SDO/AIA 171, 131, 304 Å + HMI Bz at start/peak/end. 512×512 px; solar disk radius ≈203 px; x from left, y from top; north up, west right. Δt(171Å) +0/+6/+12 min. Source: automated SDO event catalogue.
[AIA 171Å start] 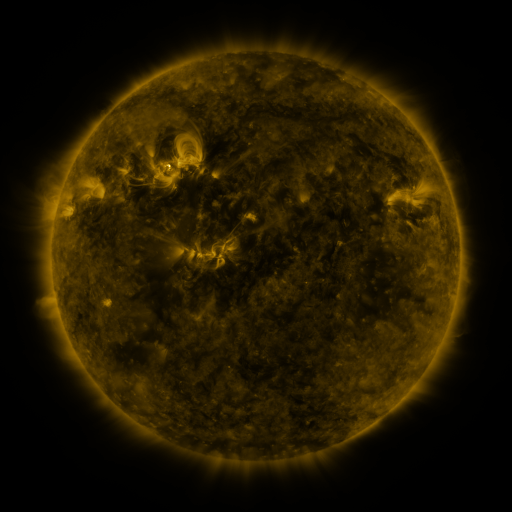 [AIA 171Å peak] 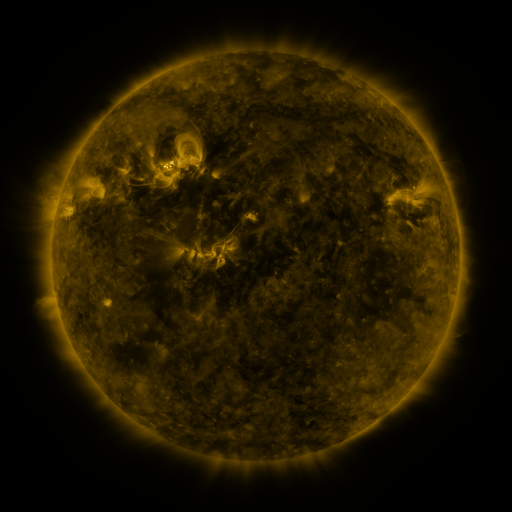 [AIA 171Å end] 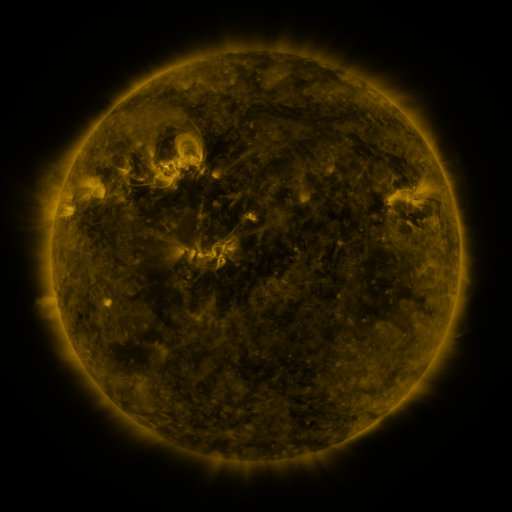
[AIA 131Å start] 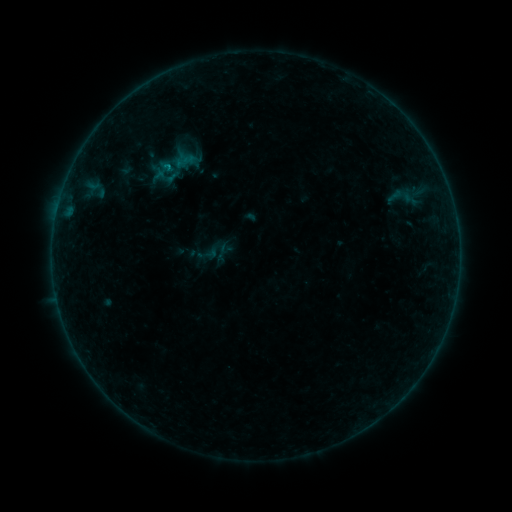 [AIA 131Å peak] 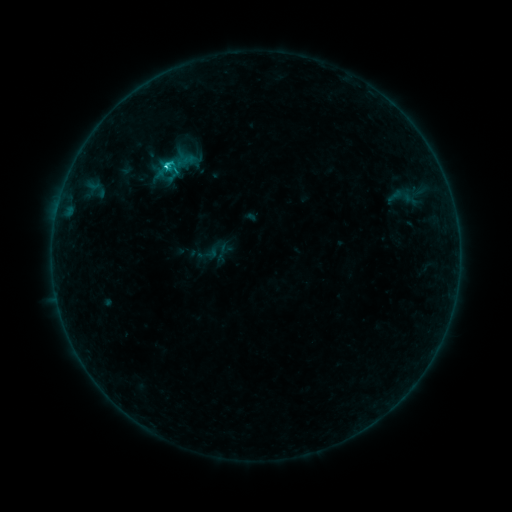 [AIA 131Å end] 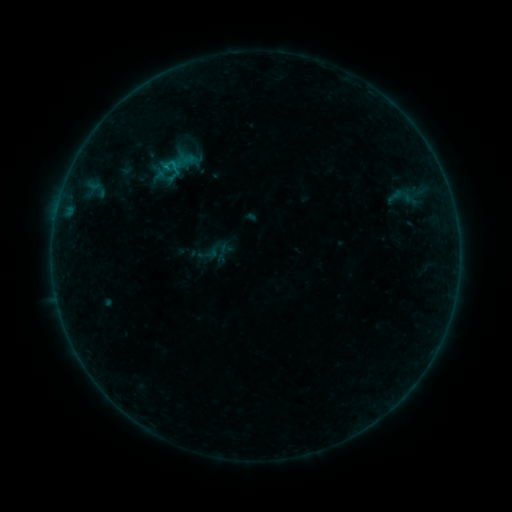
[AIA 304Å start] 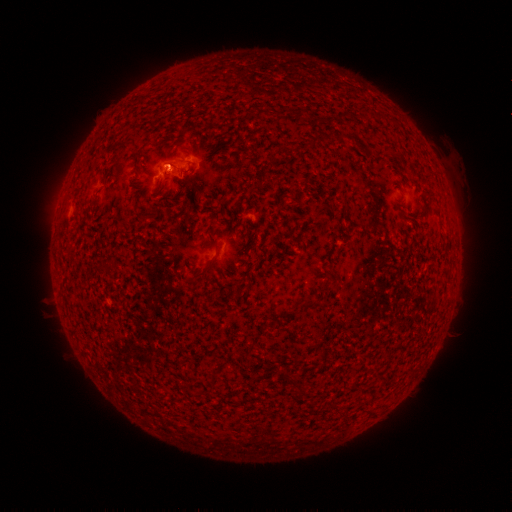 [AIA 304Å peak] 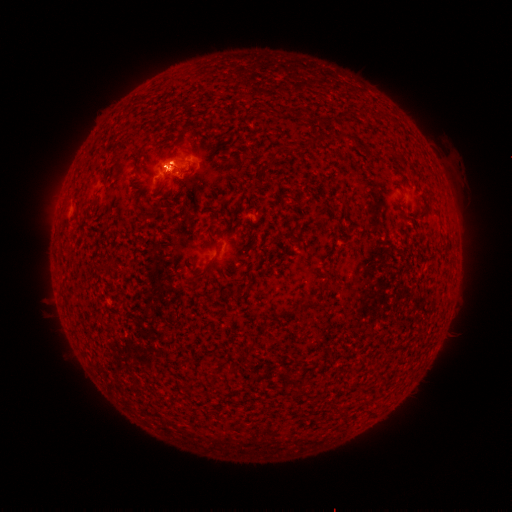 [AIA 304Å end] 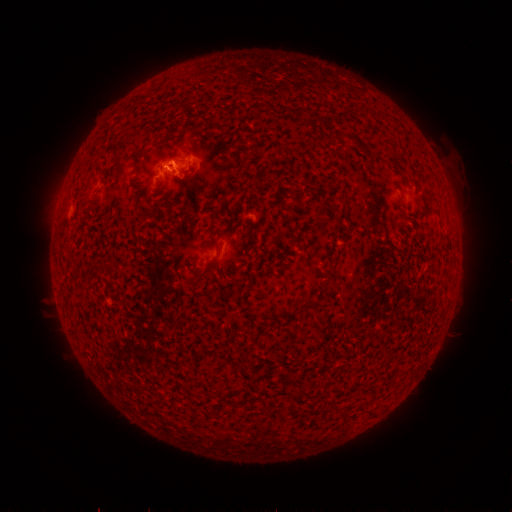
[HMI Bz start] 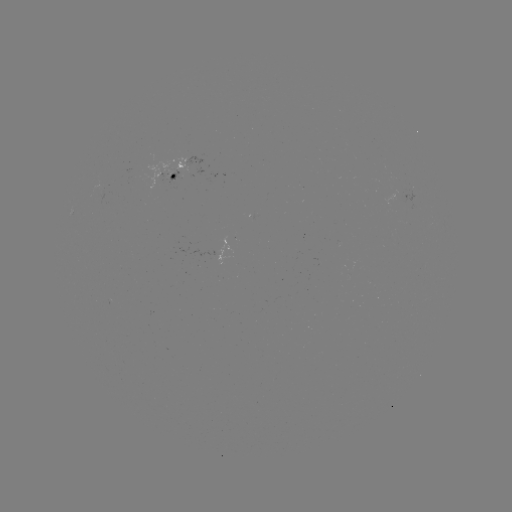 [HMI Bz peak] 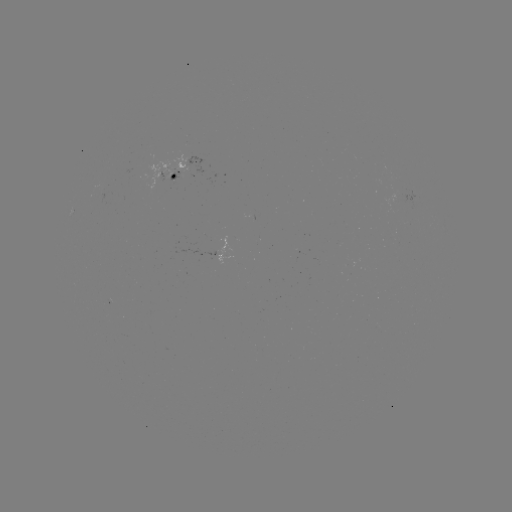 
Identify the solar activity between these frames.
C1.1 flare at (168, 168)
